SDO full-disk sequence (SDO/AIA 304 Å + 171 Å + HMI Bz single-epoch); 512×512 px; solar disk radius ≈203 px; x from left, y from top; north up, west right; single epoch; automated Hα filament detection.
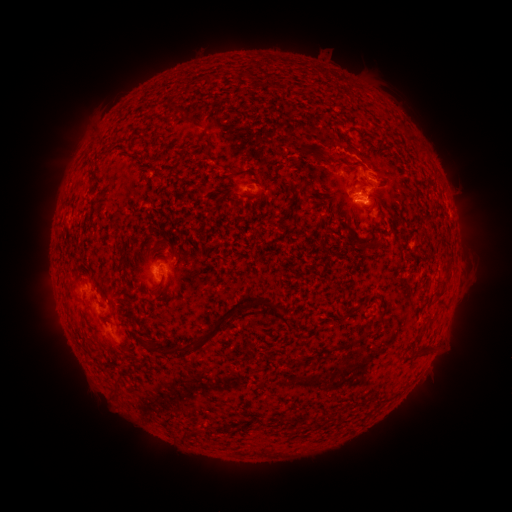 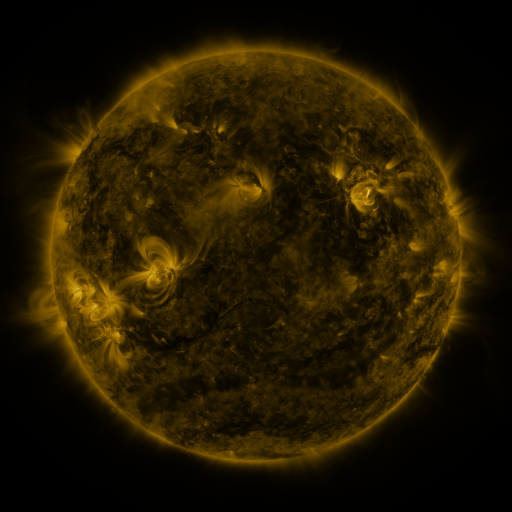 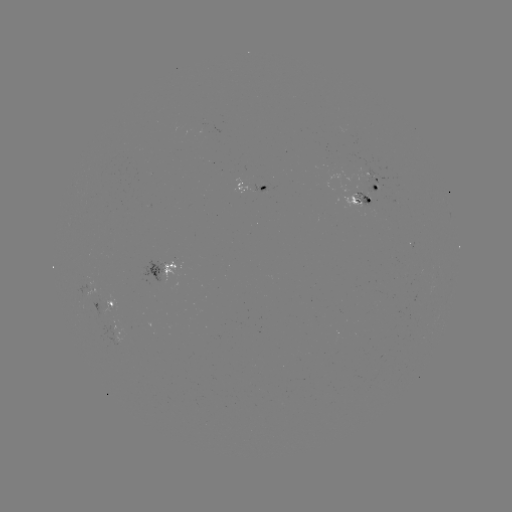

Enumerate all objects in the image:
filament: (210, 79)
filament: (136, 153)
filament: (438, 297)
filament: (217, 323)
filament: (368, 333)
